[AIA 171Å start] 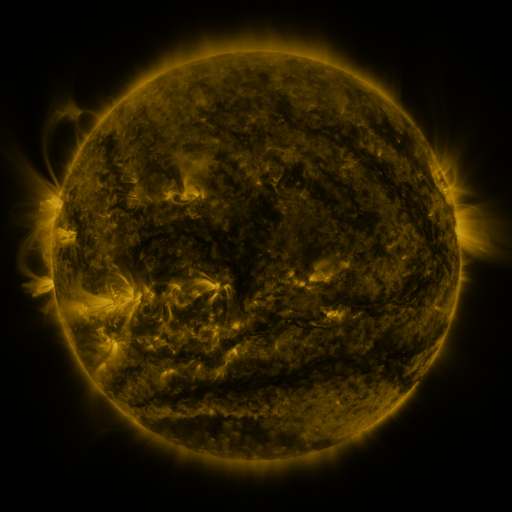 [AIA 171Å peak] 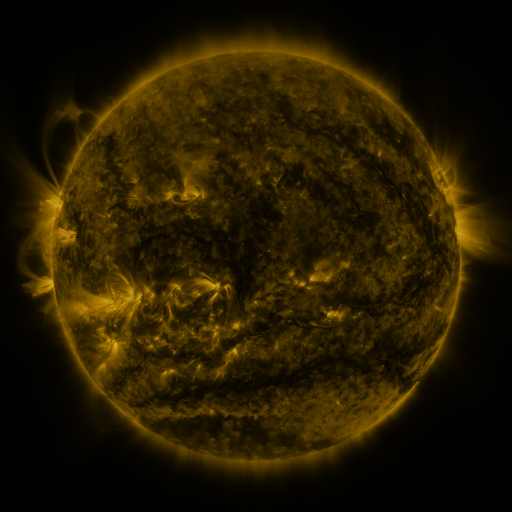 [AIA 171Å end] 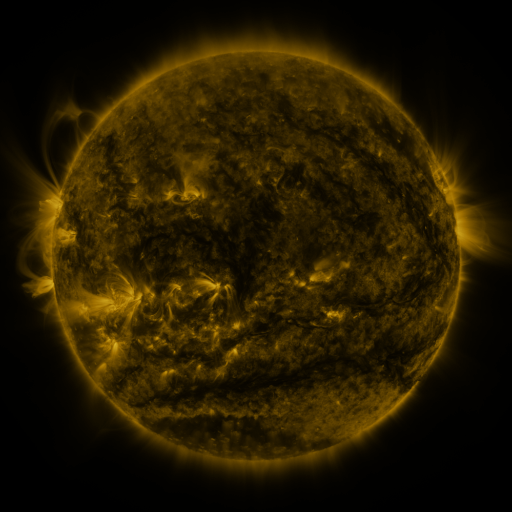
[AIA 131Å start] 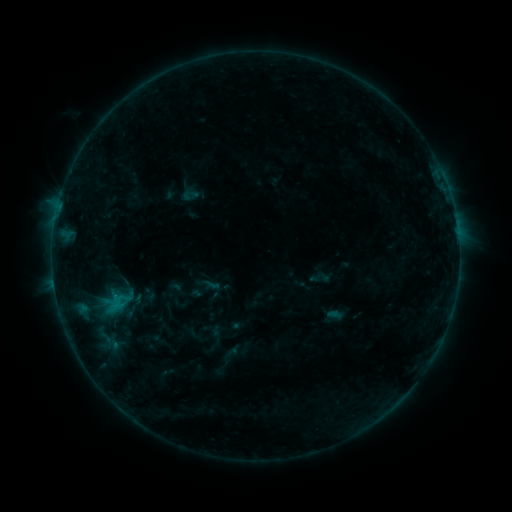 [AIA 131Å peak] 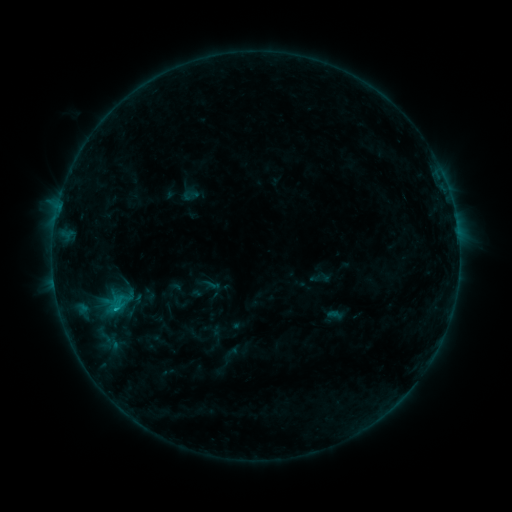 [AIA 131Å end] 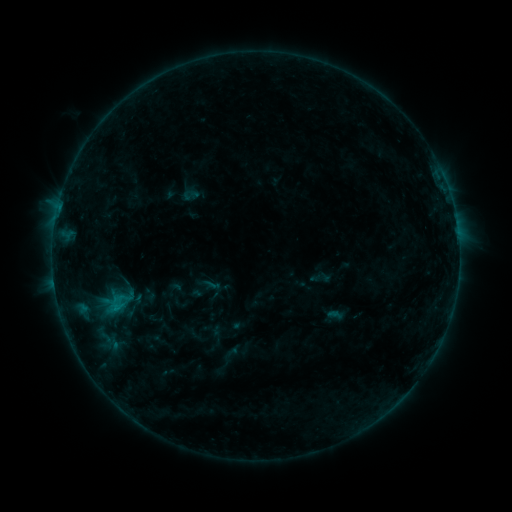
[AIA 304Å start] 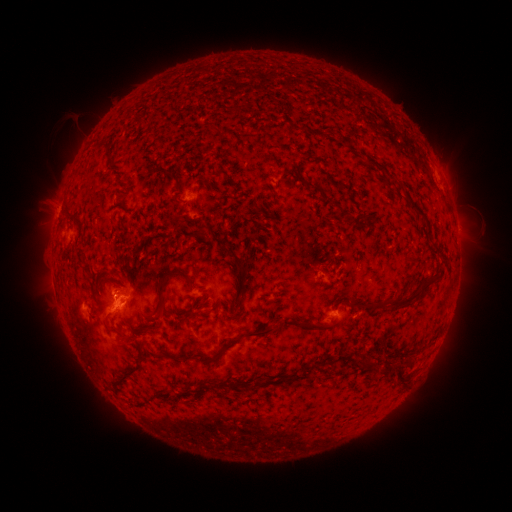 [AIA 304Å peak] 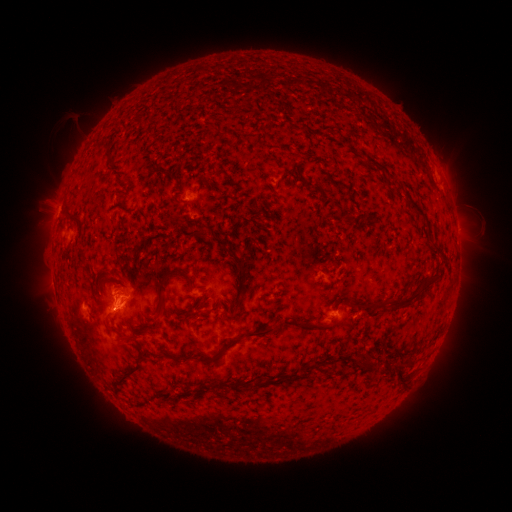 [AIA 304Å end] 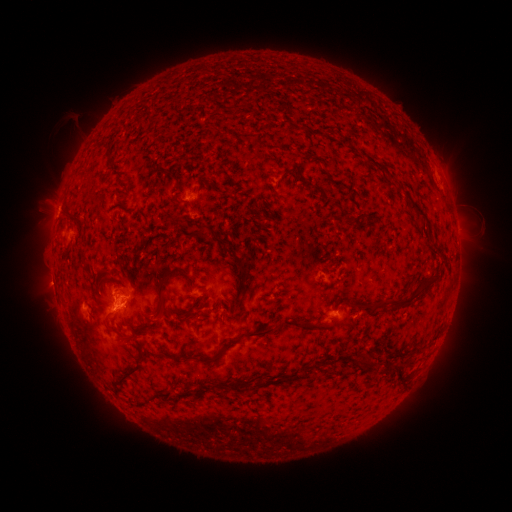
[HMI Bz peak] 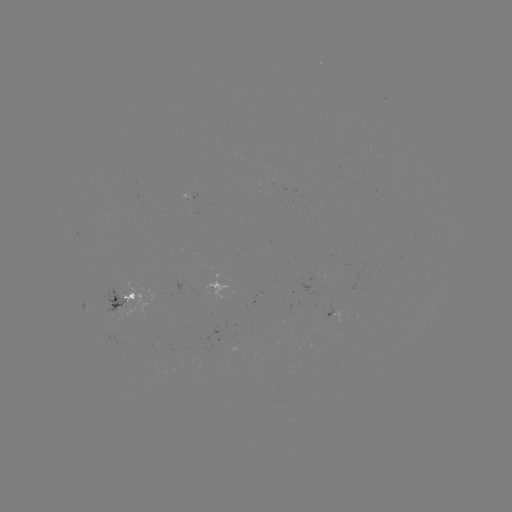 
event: flare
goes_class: B7.5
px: (116, 309)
